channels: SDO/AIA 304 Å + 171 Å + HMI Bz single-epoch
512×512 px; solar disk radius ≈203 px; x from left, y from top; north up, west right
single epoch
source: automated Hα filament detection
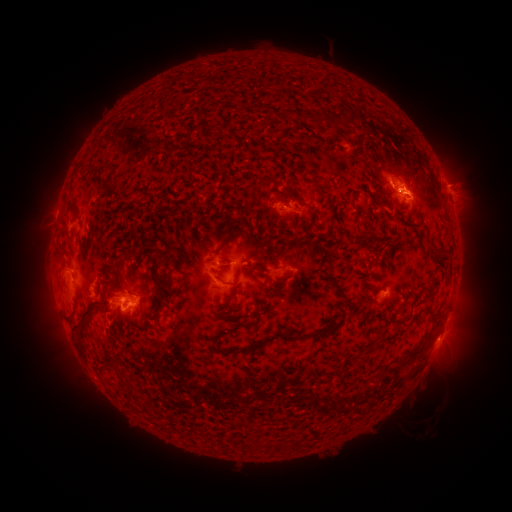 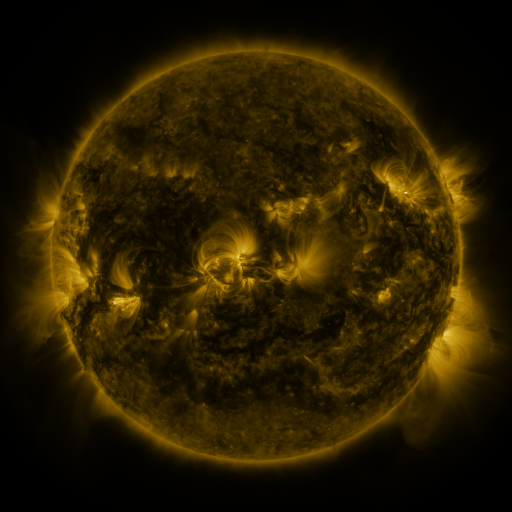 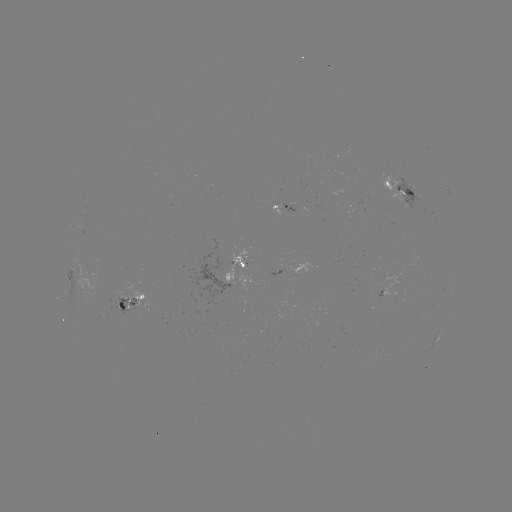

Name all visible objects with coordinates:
filament: (268, 113)
filament: (287, 113)
filament: (338, 120)
filament: (259, 138)
filament: (94, 169)
filament: (390, 170)
filament: (261, 185)
filament: (316, 187)
filament: (70, 209)
filament: (92, 229)
filament: (439, 254)
filament: (122, 256)
filament: (318, 257)
filament: (262, 260)
filament: (155, 271)
filament: (298, 275)
filament: (218, 278)
filament: (360, 294)
filament: (344, 295)
filament: (163, 304)
filament: (428, 310)
filament: (387, 319)
filament: (132, 324)
filament: (80, 328)
filament: (289, 337)
filament: (414, 351)
filament: (132, 394)
